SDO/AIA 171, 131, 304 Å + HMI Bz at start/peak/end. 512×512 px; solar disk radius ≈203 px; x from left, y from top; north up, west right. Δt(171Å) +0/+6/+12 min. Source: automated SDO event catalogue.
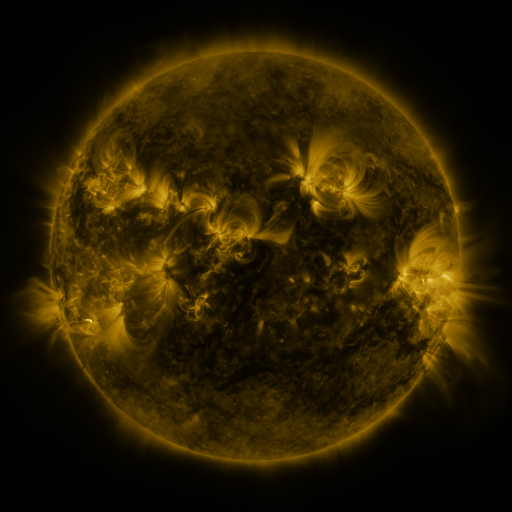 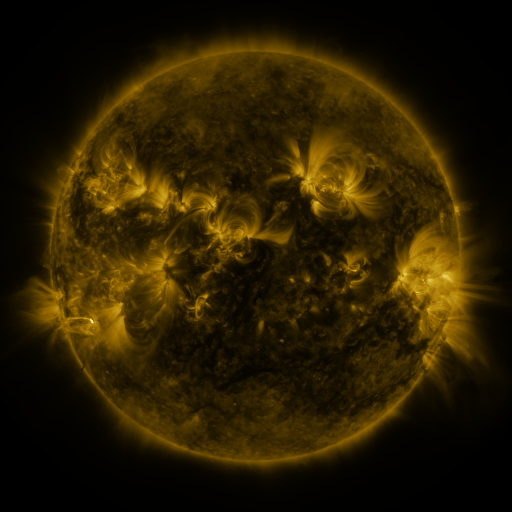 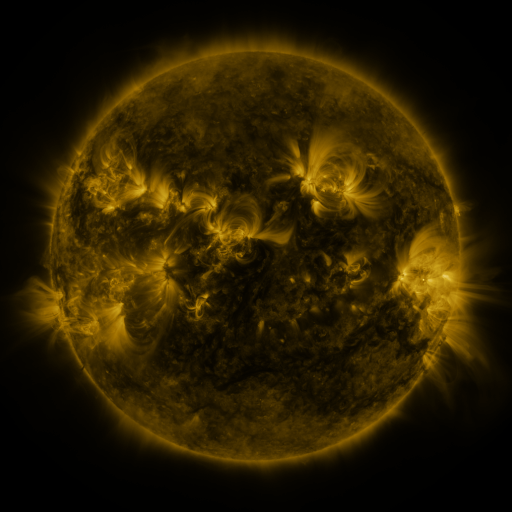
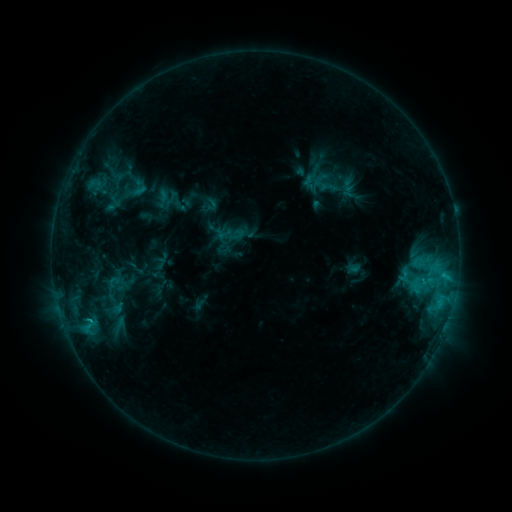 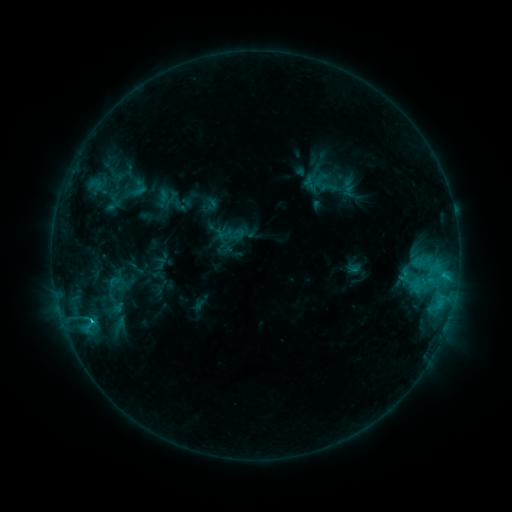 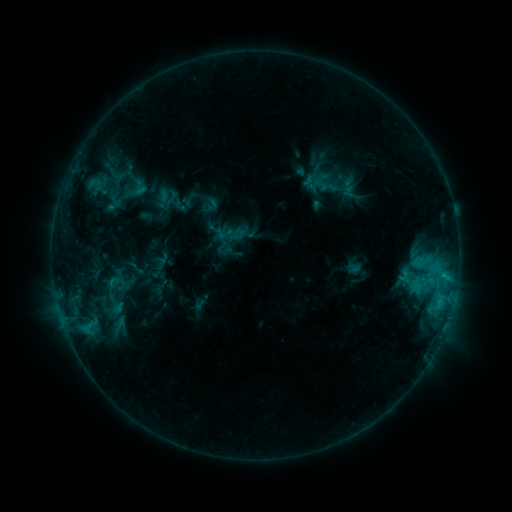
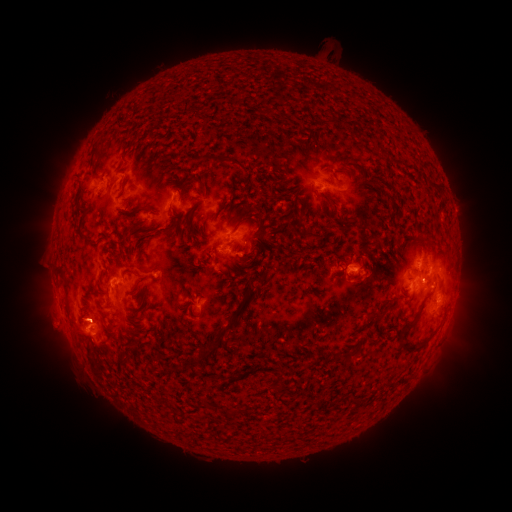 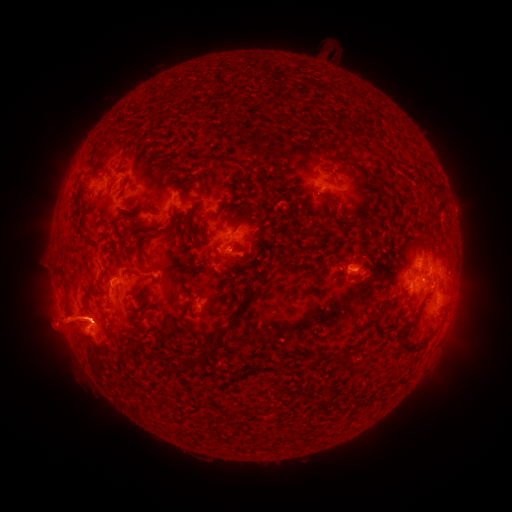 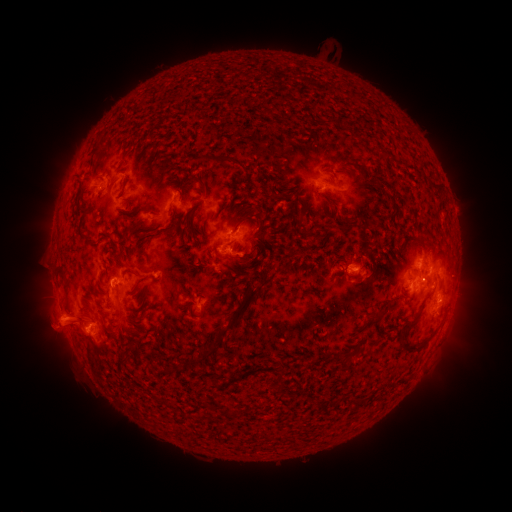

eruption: <bbox>13, 264, 132, 380</bbox>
